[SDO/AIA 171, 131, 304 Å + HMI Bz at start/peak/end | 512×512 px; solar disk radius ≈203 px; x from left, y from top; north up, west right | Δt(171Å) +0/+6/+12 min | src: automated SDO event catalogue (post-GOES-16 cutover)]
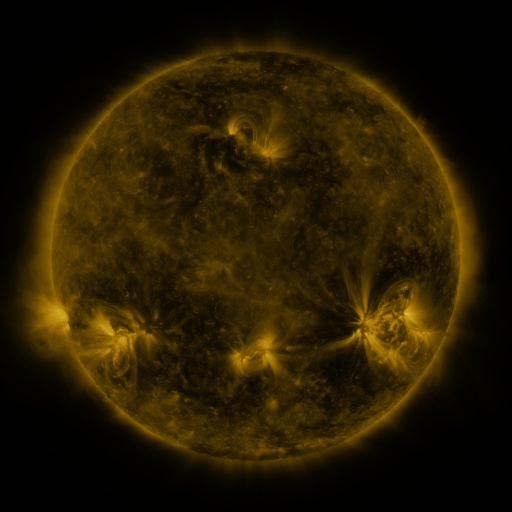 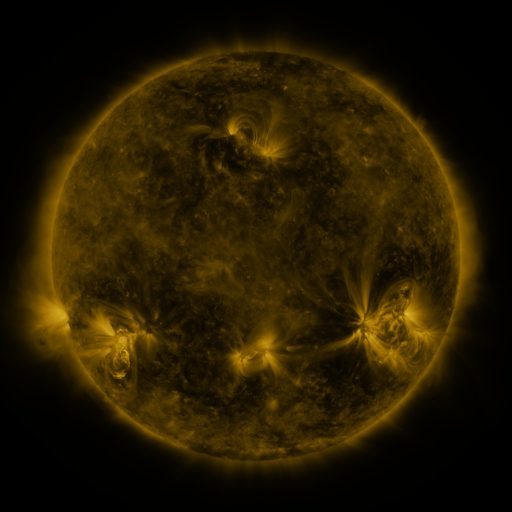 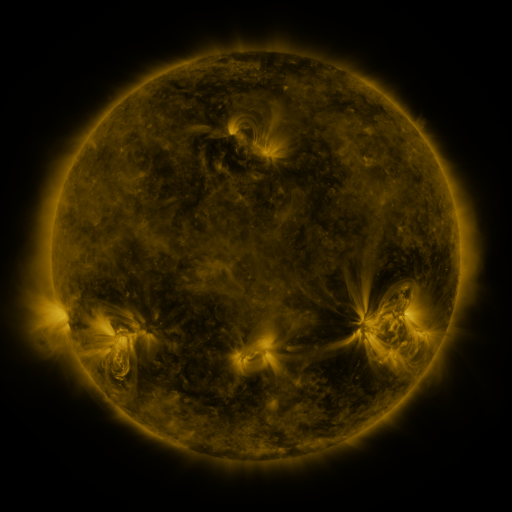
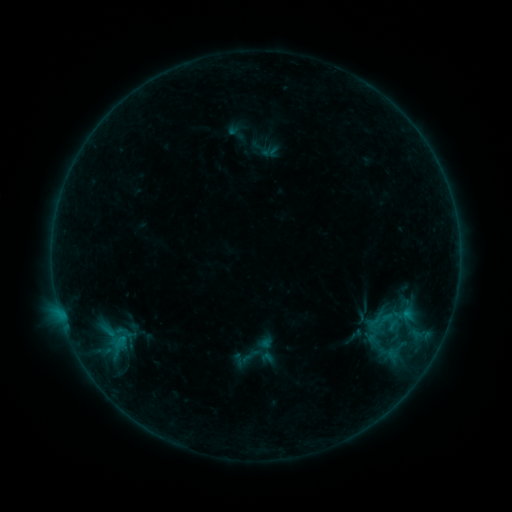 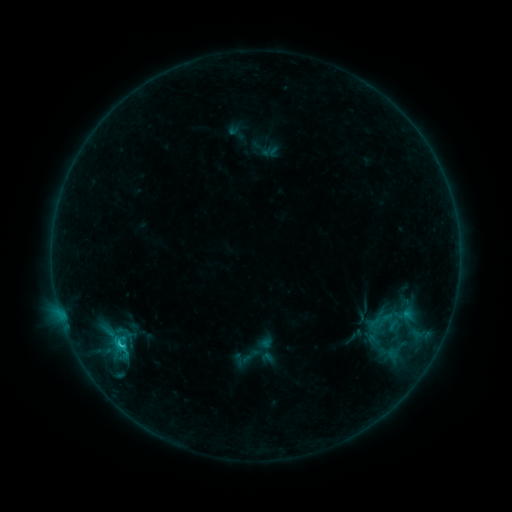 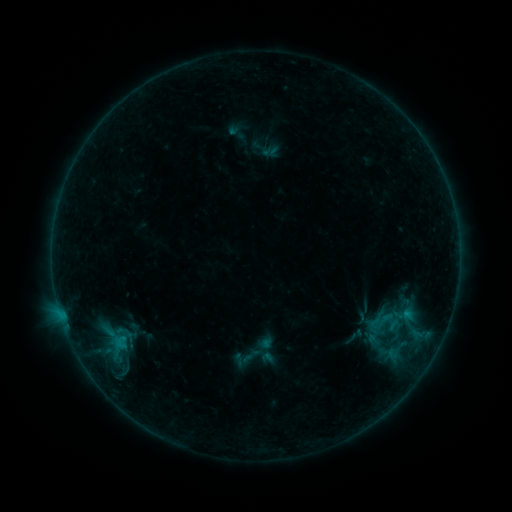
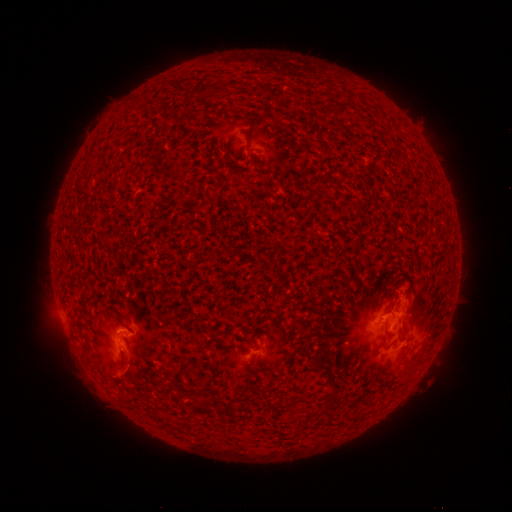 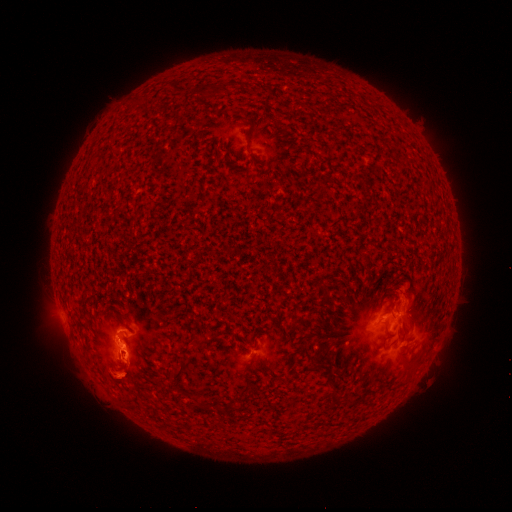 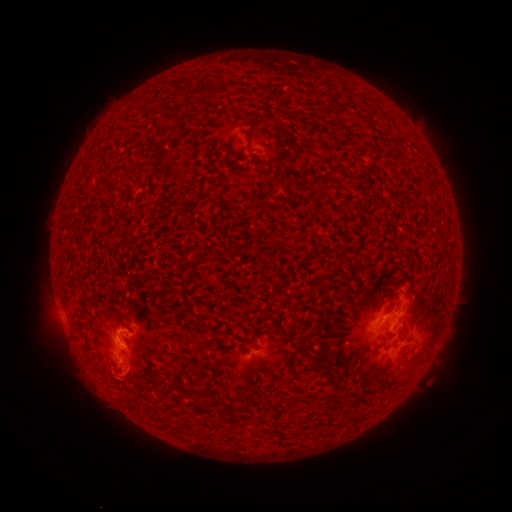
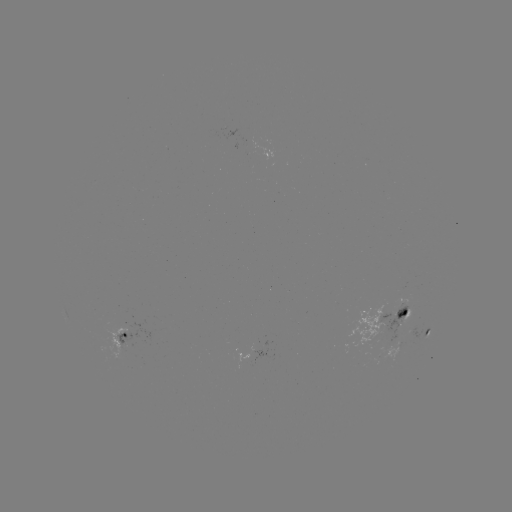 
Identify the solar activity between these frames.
C1.2 flare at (123, 343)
